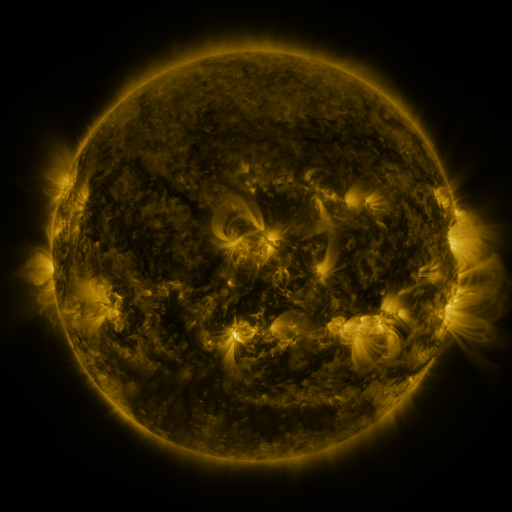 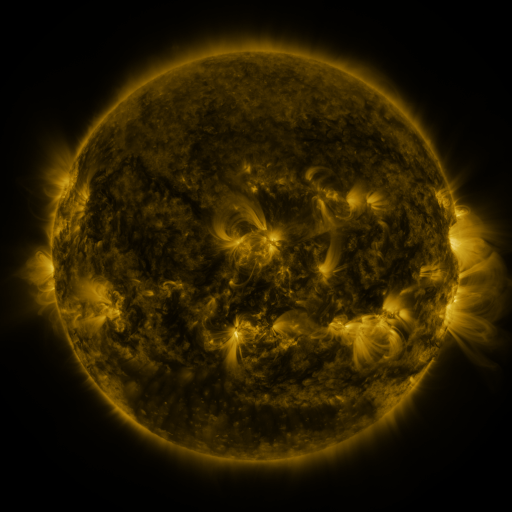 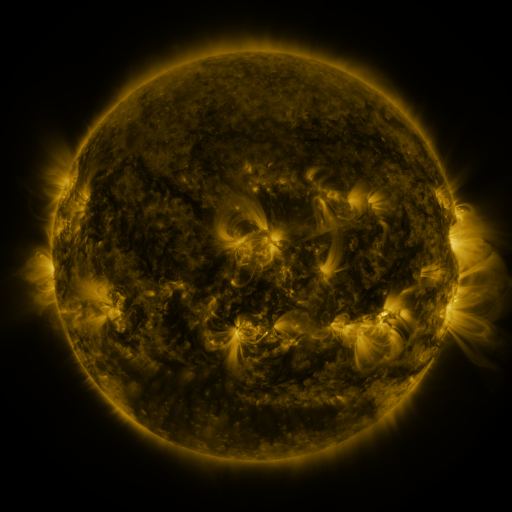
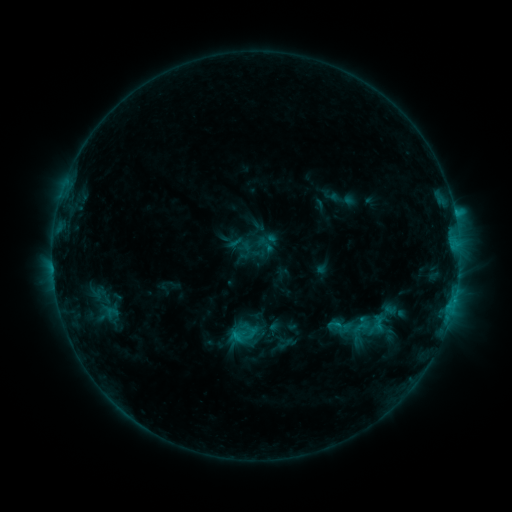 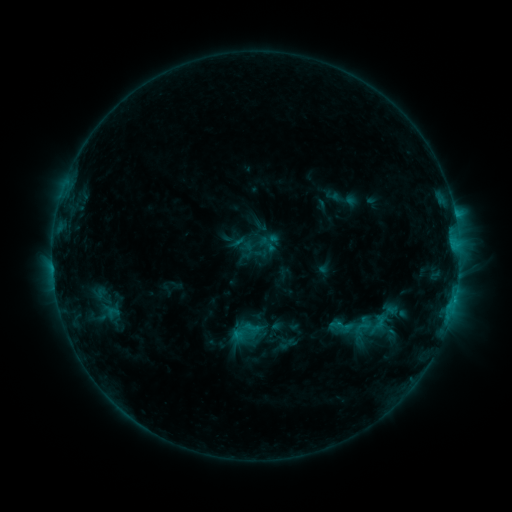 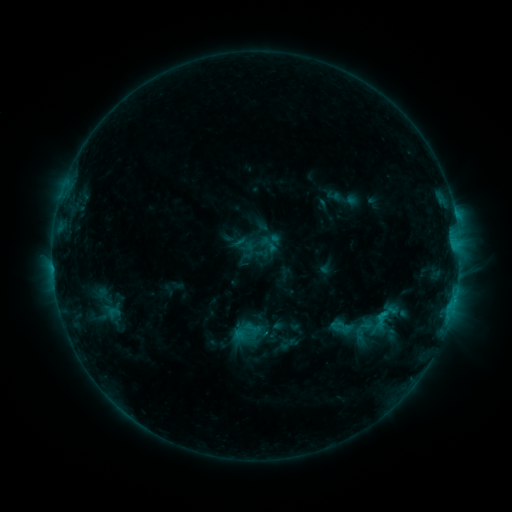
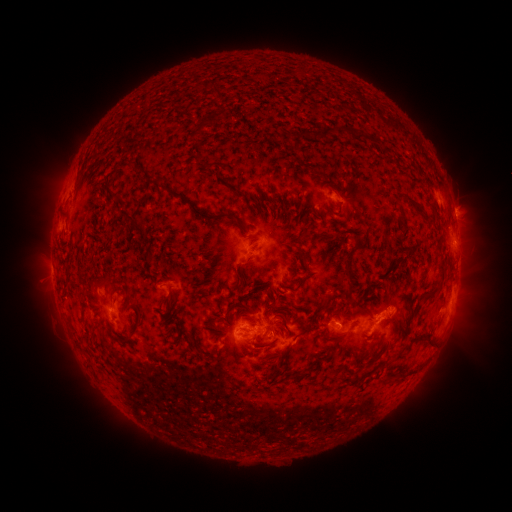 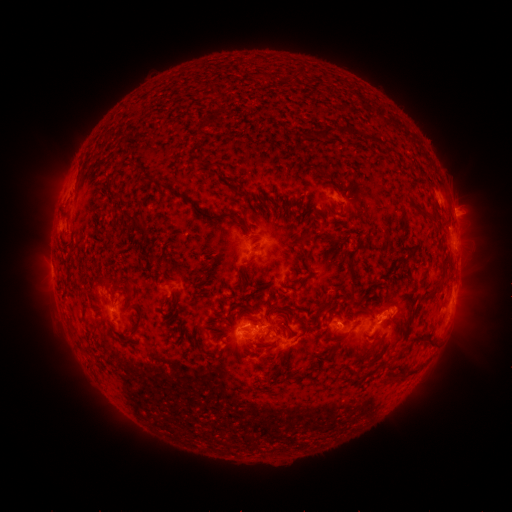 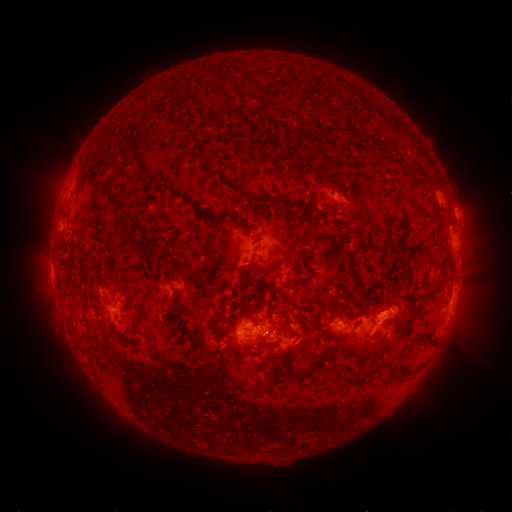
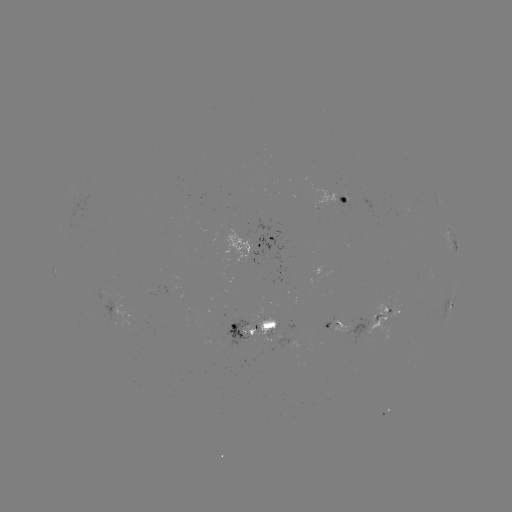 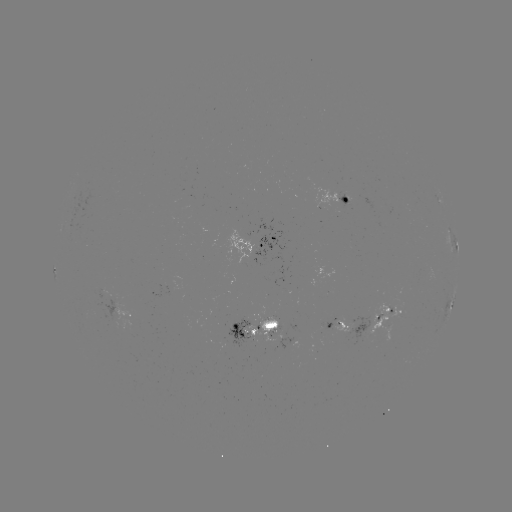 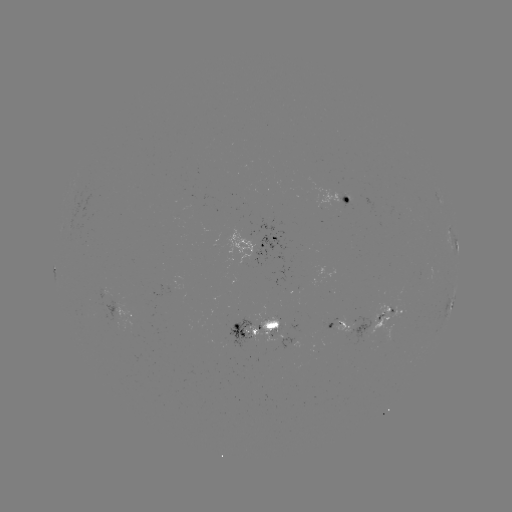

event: emerging-flux region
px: (333, 195)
